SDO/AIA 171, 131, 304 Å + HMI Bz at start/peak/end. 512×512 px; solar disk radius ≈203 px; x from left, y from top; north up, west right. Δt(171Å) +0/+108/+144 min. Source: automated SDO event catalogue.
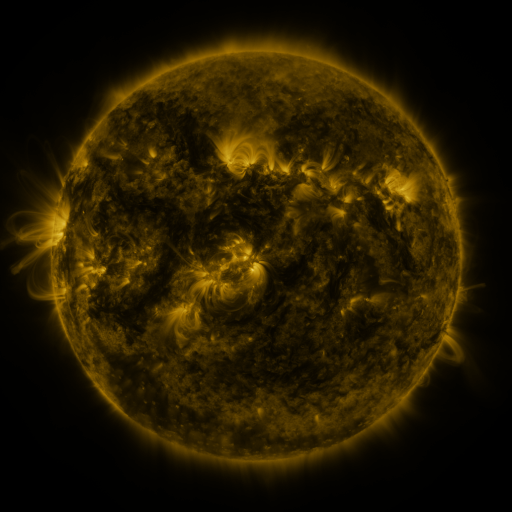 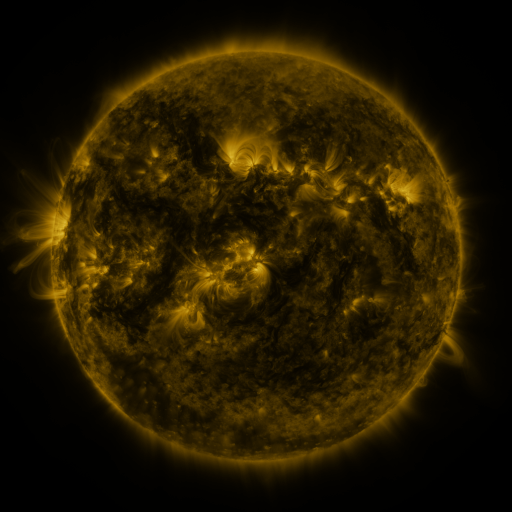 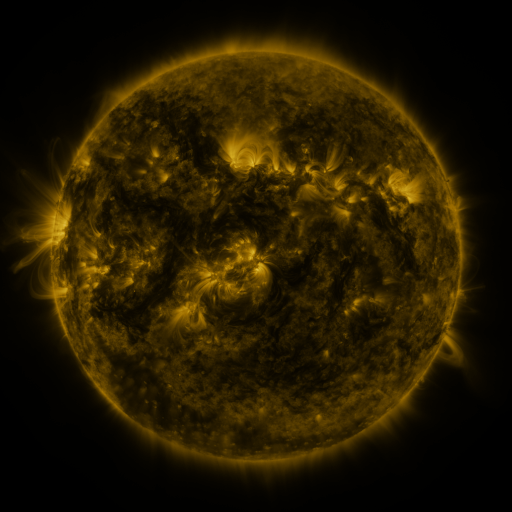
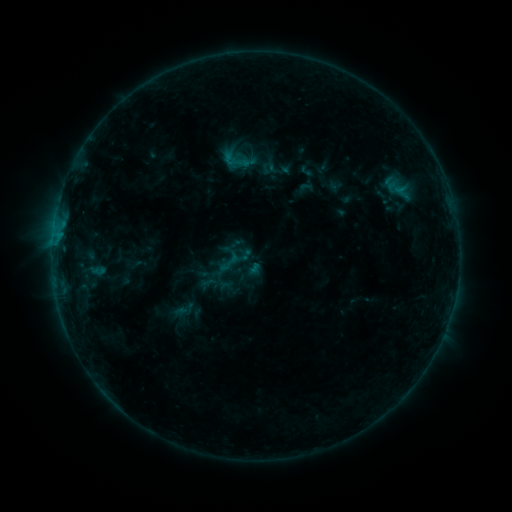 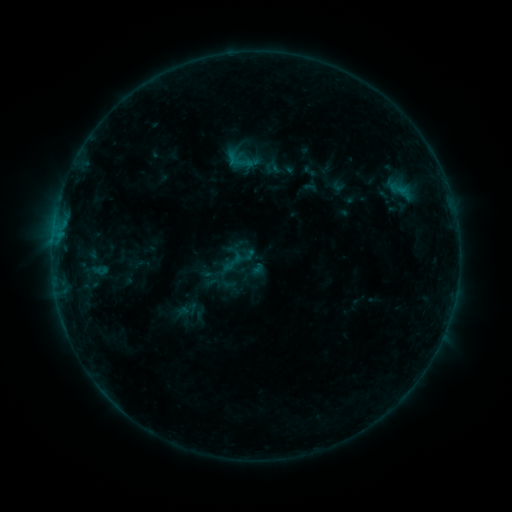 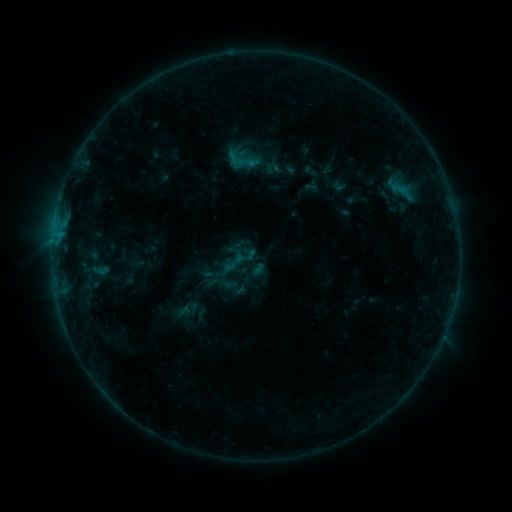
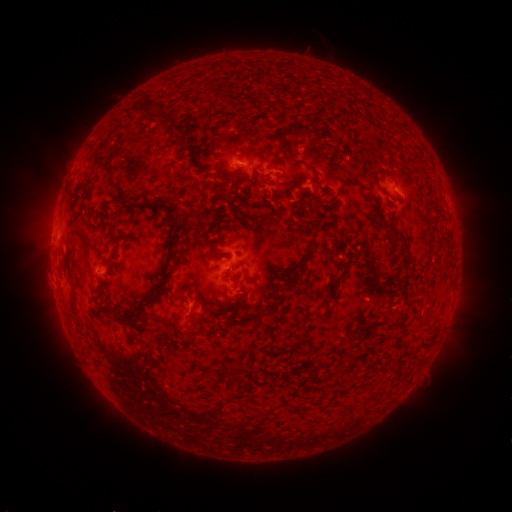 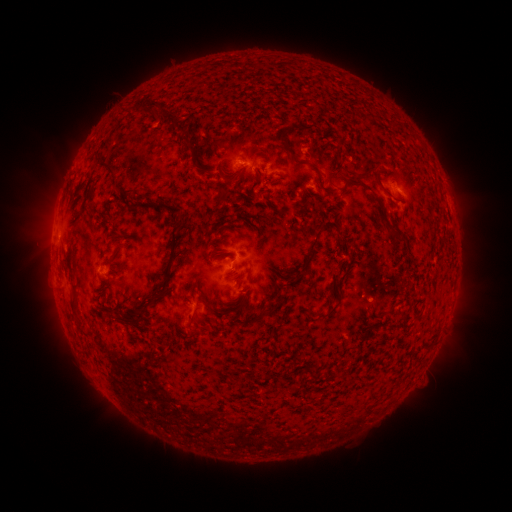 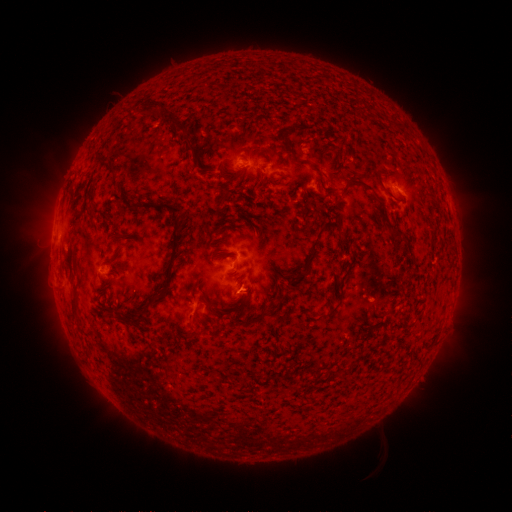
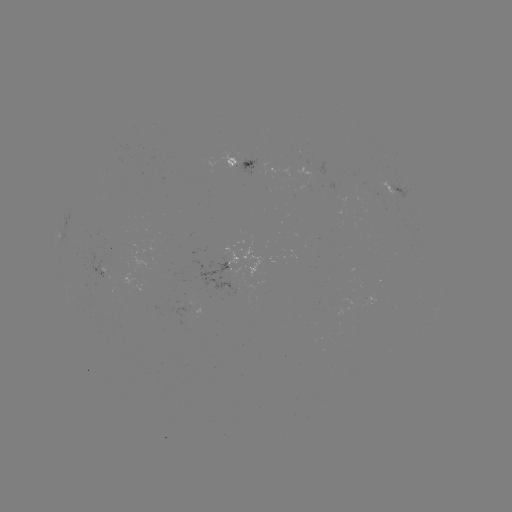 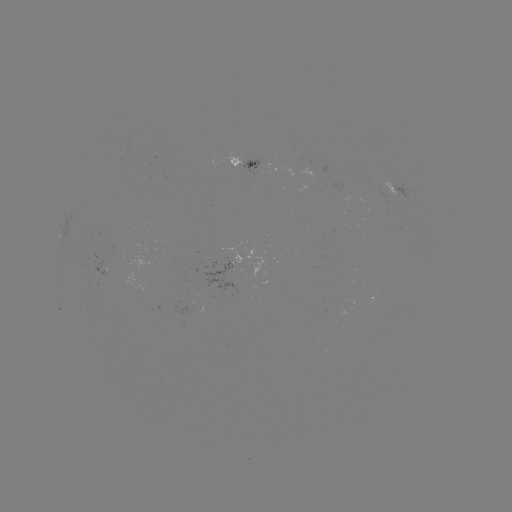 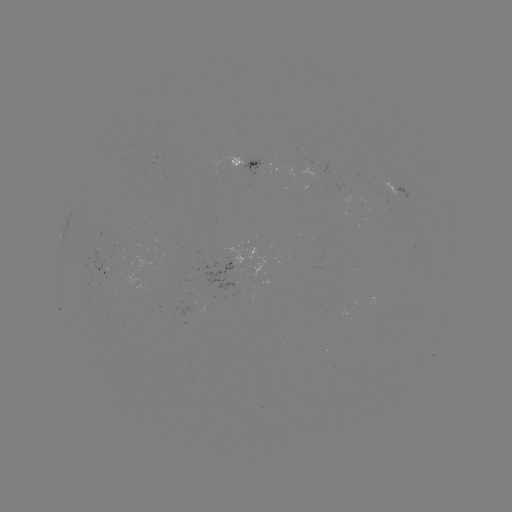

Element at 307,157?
emerging-flux region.